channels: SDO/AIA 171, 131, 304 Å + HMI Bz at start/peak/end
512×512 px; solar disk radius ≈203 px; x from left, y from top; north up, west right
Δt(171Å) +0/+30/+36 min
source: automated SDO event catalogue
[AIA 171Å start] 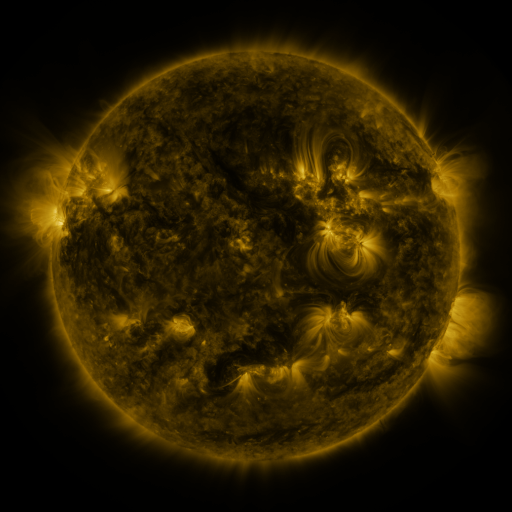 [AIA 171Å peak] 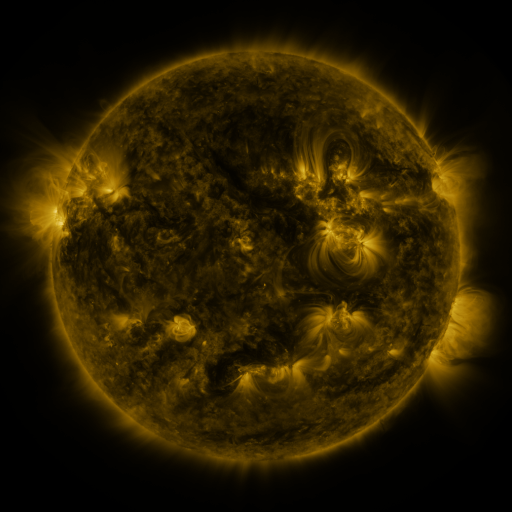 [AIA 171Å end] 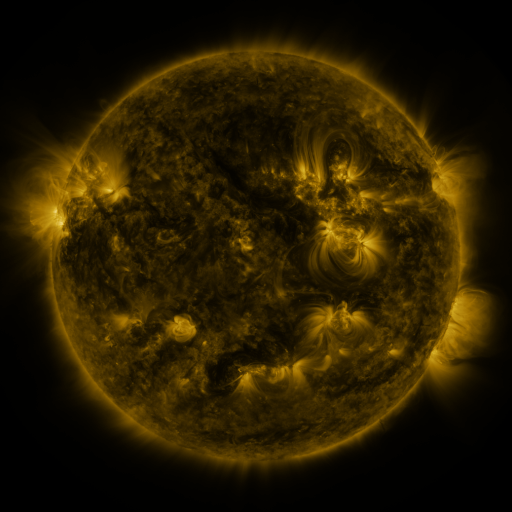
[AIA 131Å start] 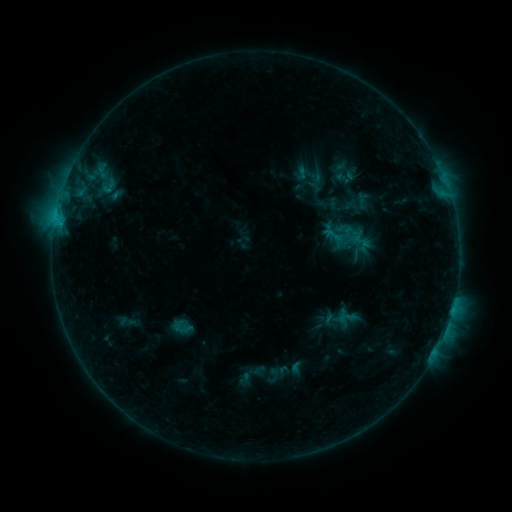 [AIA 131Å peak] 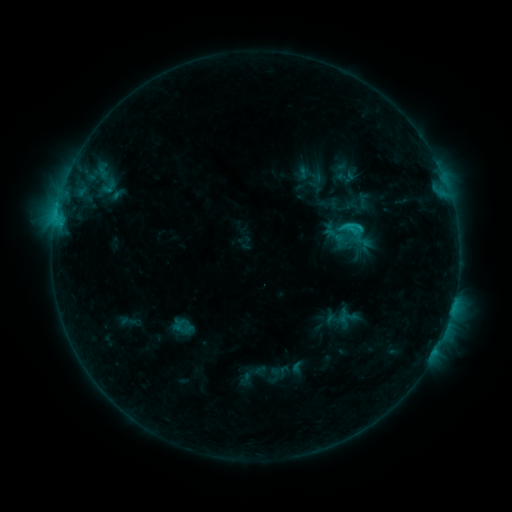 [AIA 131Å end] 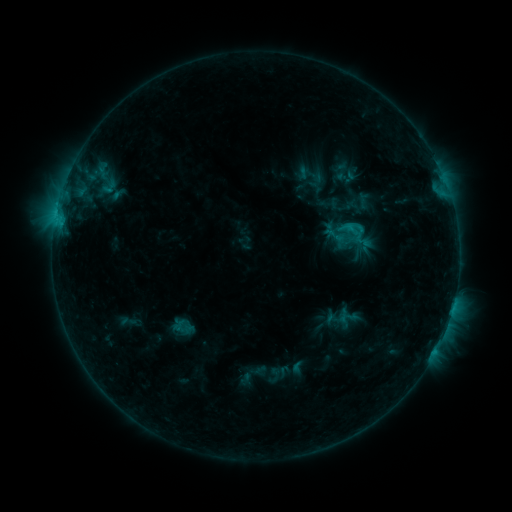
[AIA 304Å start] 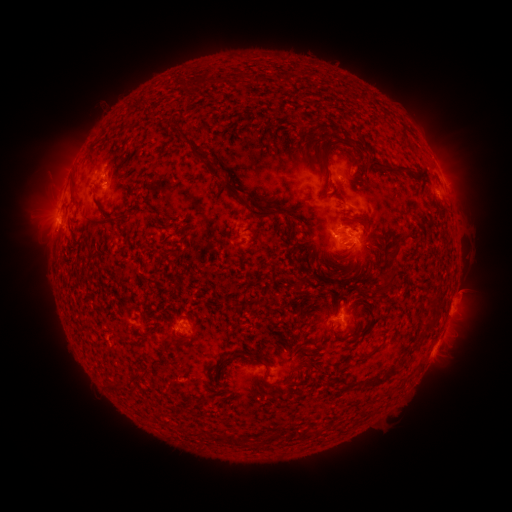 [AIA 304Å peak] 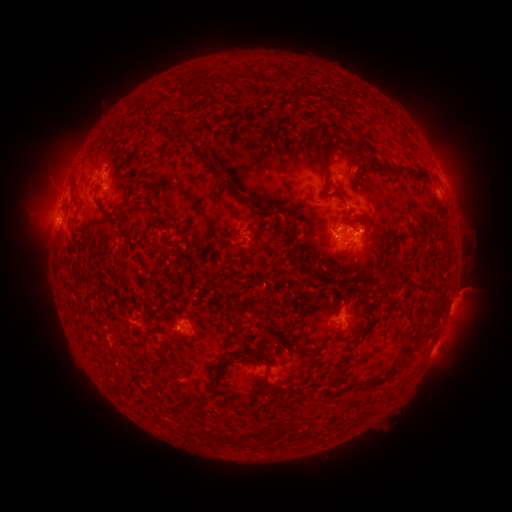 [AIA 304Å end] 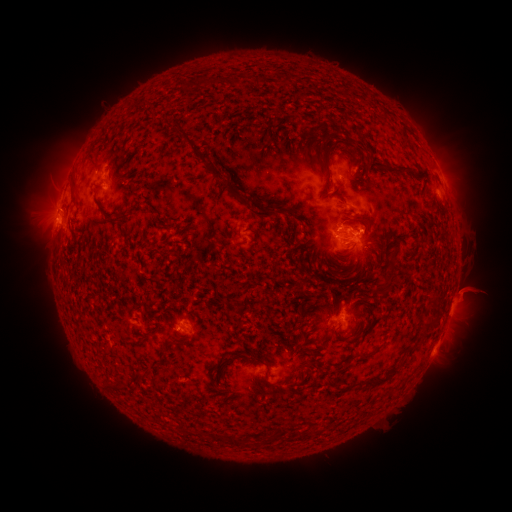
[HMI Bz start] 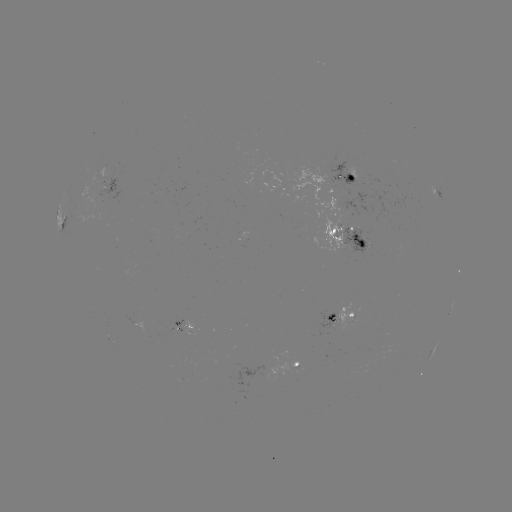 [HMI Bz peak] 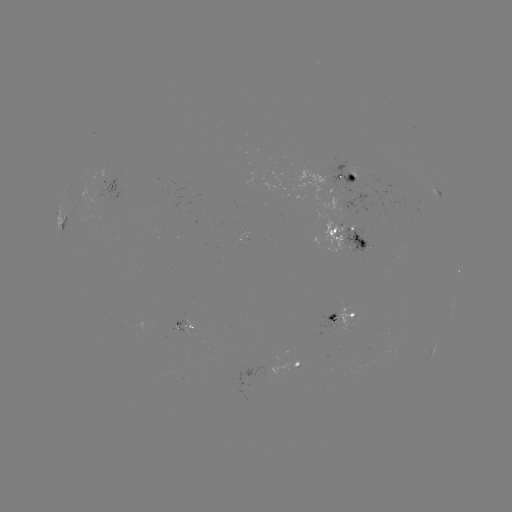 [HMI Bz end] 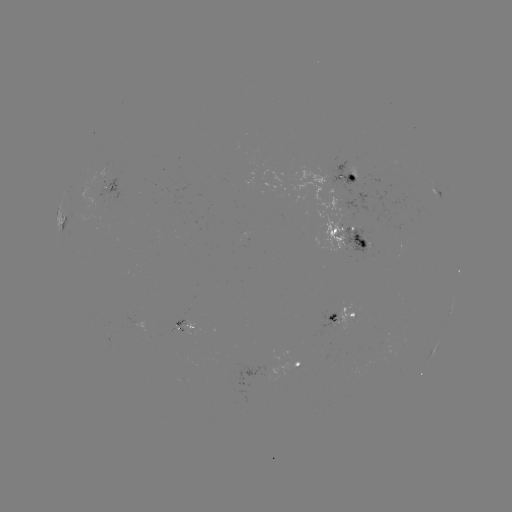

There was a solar flare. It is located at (358, 230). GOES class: C1.9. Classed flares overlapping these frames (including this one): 1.